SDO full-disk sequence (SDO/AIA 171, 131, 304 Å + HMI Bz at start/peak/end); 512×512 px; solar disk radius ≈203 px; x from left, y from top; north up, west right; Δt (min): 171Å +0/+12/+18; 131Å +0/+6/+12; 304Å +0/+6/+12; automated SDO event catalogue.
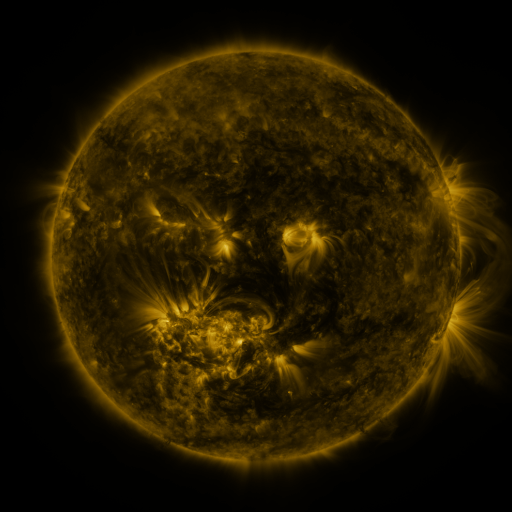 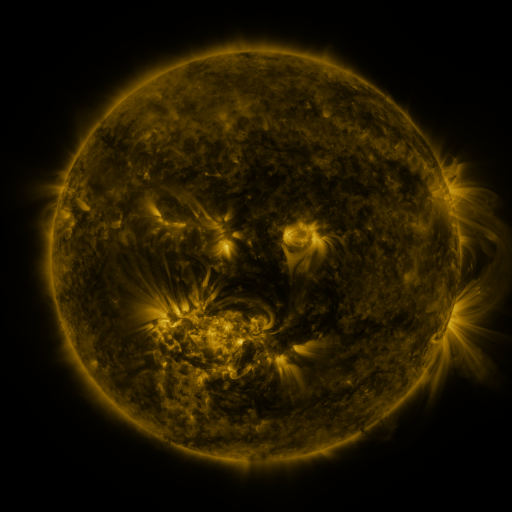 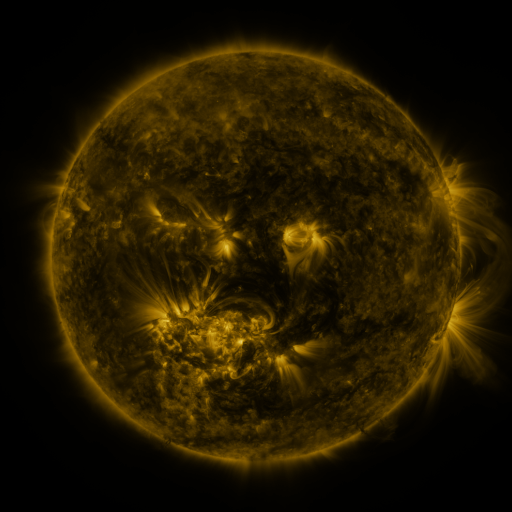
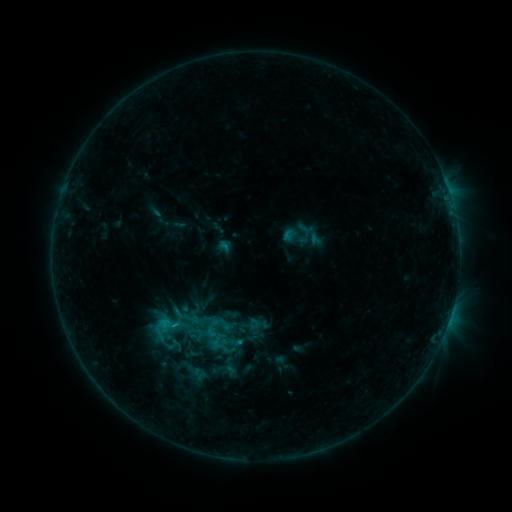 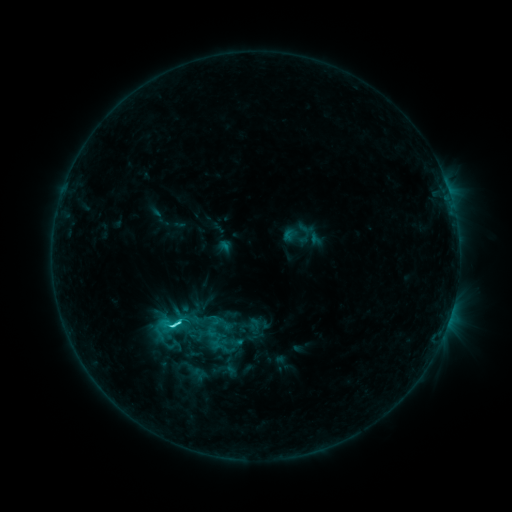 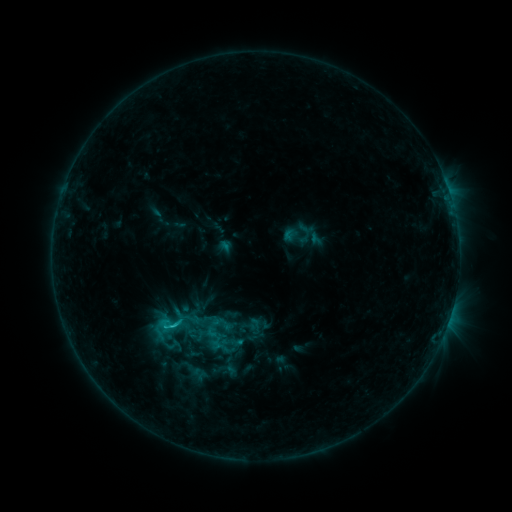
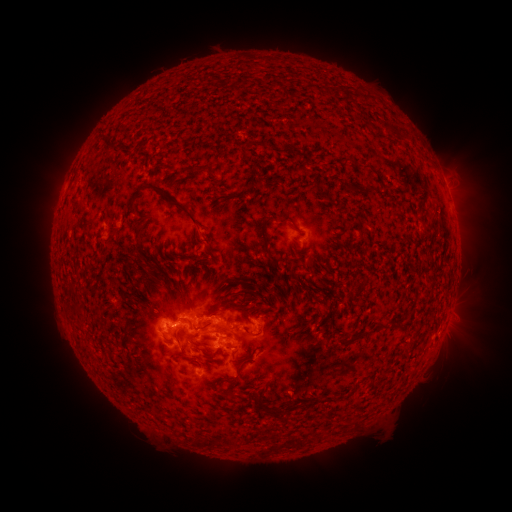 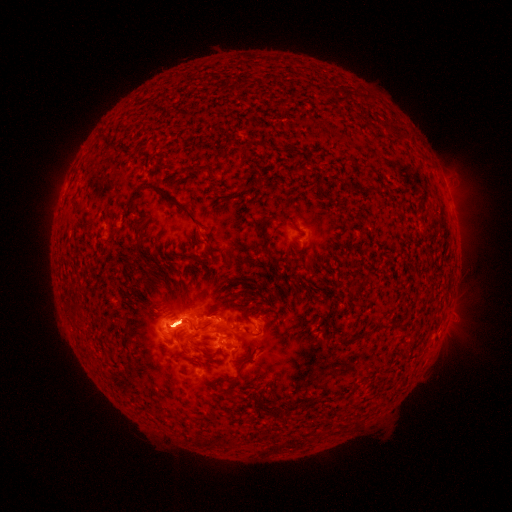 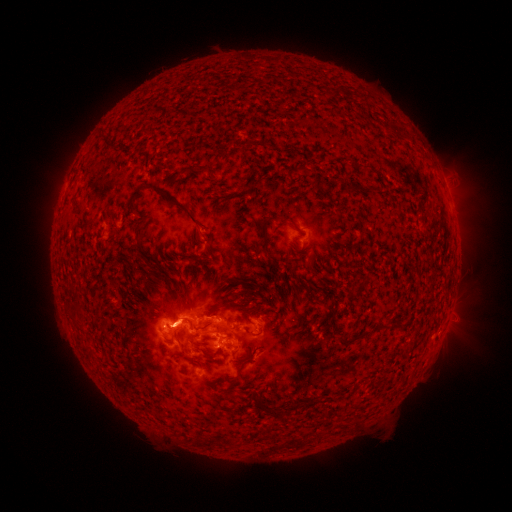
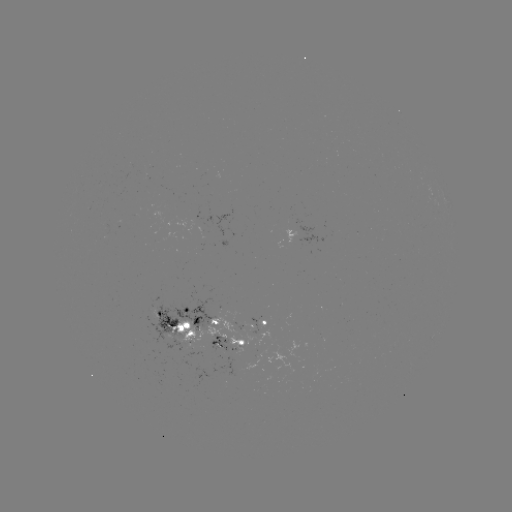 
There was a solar flare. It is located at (176, 324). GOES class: C3.2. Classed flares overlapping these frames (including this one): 1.